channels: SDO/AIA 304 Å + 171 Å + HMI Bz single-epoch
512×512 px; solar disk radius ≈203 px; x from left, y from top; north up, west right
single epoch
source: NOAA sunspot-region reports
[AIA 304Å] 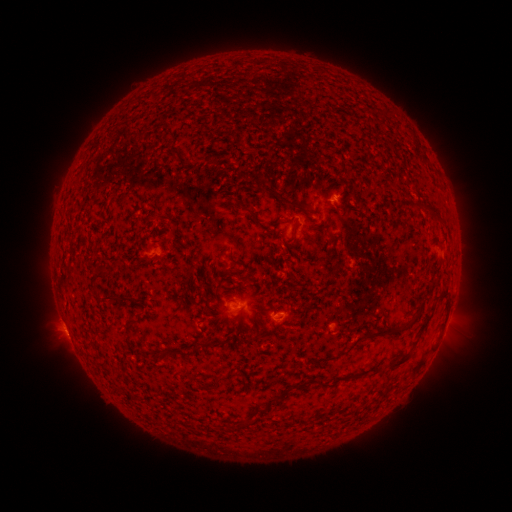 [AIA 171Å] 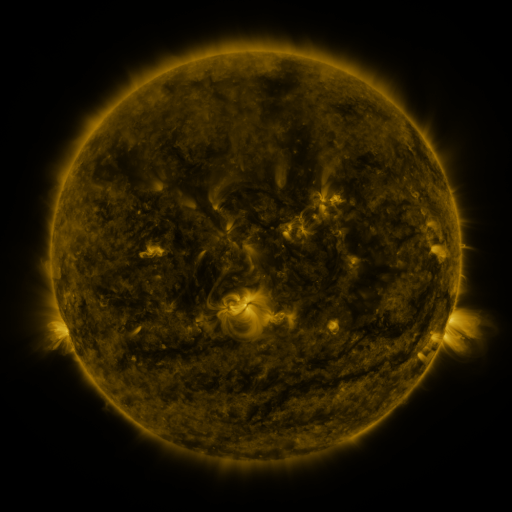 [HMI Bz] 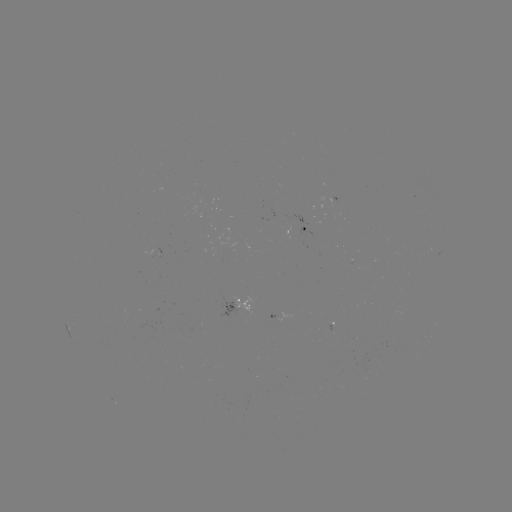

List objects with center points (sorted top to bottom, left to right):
spotted active region: (307, 231)
spotted active region: (241, 313)
spotted active region: (287, 316)
